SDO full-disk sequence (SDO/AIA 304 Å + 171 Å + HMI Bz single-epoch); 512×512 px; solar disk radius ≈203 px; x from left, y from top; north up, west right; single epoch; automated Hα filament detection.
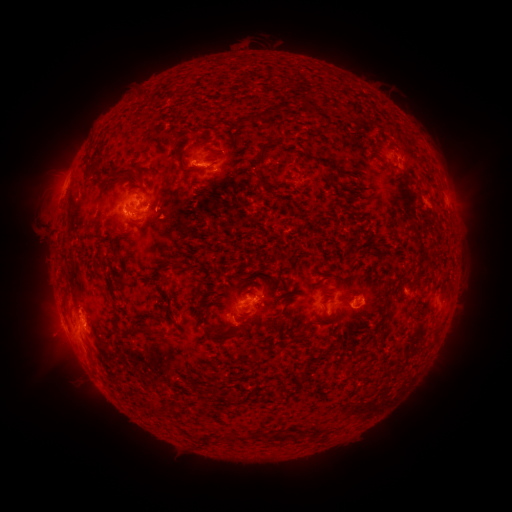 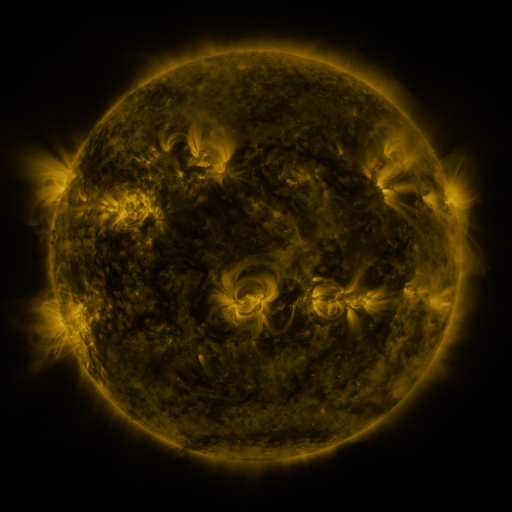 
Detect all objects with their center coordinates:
filament: (262, 114)
filament: (244, 122)
filament: (263, 154)
filament: (184, 163)
filament: (89, 167)
filament: (126, 171)
filament: (177, 266)
filament: (171, 312)
filament: (281, 317)
filament: (206, 319)
filament: (152, 331)
filament: (302, 334)
filament: (380, 335)
filament: (223, 337)
filament: (153, 407)
filament: (283, 436)
